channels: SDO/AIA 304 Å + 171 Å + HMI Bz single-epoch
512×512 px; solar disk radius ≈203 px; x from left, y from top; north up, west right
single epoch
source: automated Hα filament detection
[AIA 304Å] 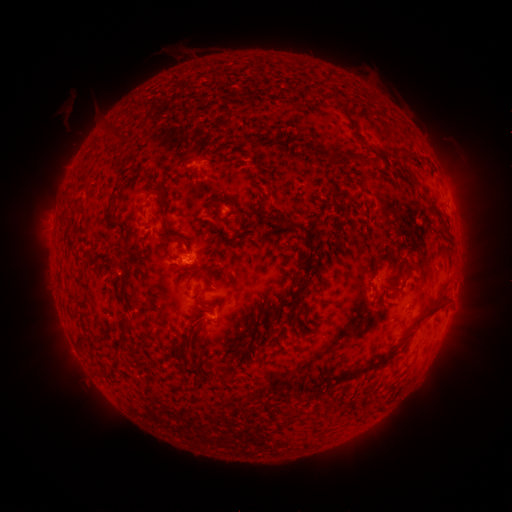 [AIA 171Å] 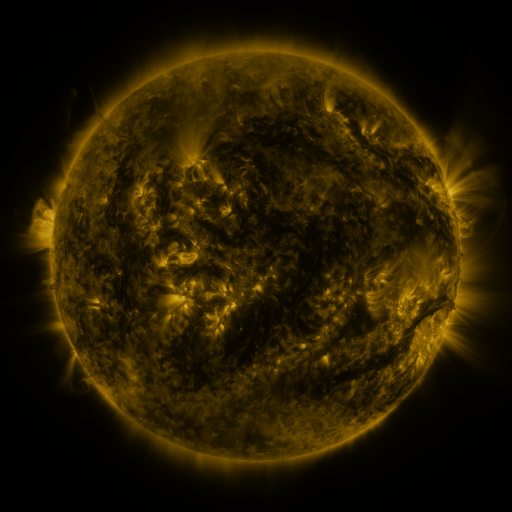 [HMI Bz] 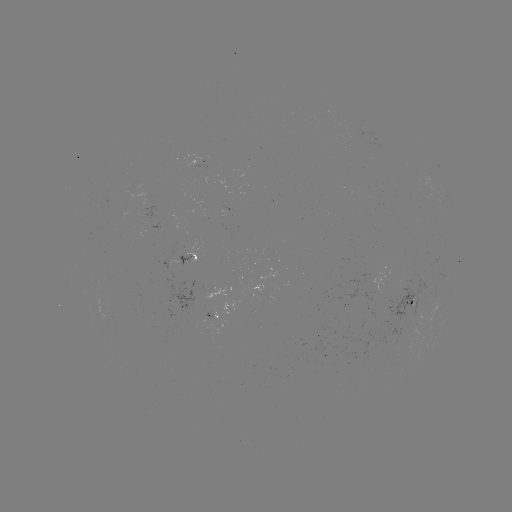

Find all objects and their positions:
filament: [107, 122, 133, 141]
filament: [354, 155, 372, 167]
filament: [406, 174, 415, 183]
filament: [152, 187, 171, 207]
filament: [426, 200, 450, 236]
filament: [75, 206, 87, 214]
filament: [104, 209, 119, 229]
filament: [288, 222, 310, 234]
filament: [165, 233, 175, 241]
filament: [306, 240, 314, 258]
filament: [374, 250, 396, 265]
filament: [299, 262, 313, 279]
filament: [196, 285, 216, 294]
filament: [413, 298, 445, 332]
filament: [201, 303, 213, 311]
filament: [123, 310, 140, 325]
filament: [75, 331, 84, 342]
filament: [340, 357, 388, 381]
filament: [326, 401, 335, 411]
